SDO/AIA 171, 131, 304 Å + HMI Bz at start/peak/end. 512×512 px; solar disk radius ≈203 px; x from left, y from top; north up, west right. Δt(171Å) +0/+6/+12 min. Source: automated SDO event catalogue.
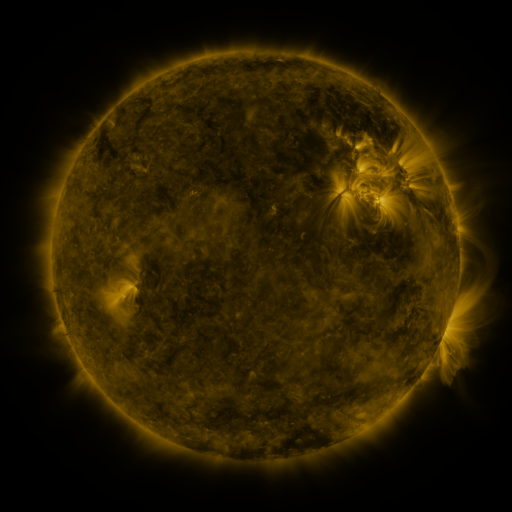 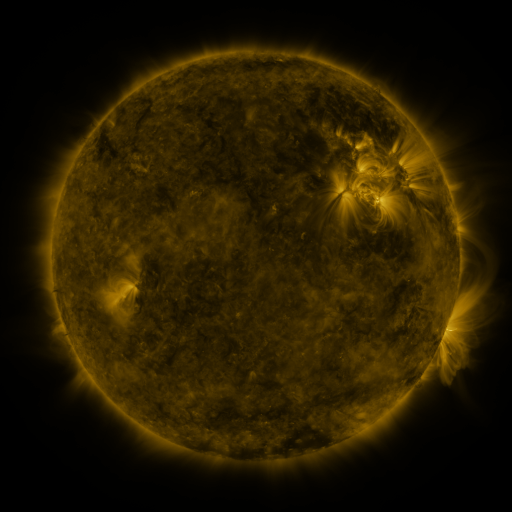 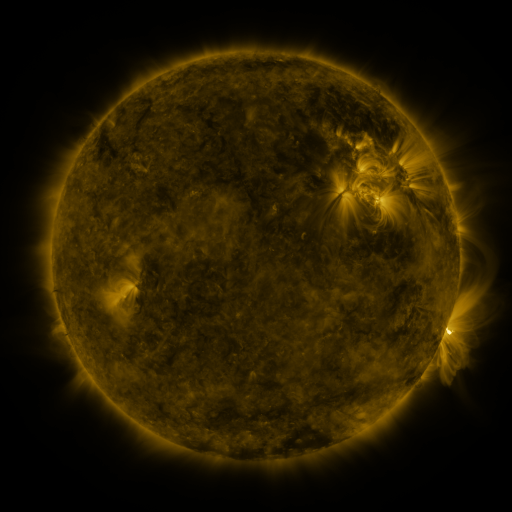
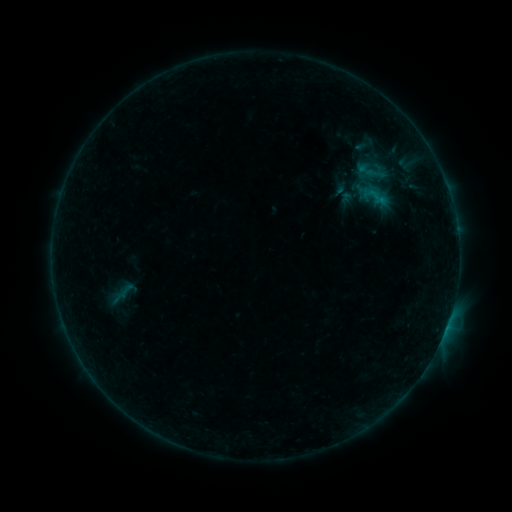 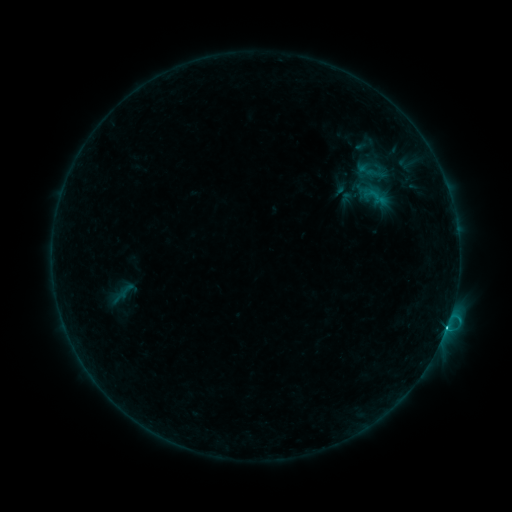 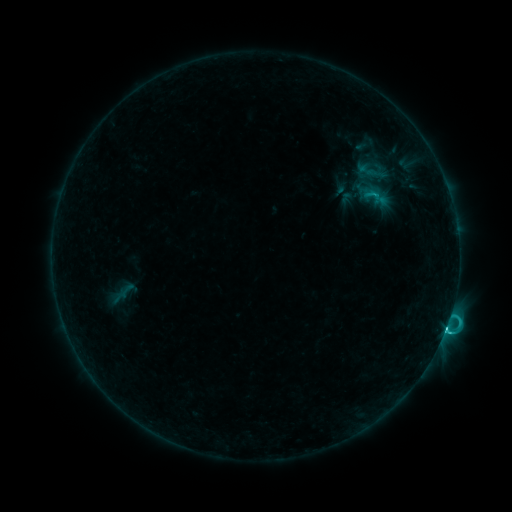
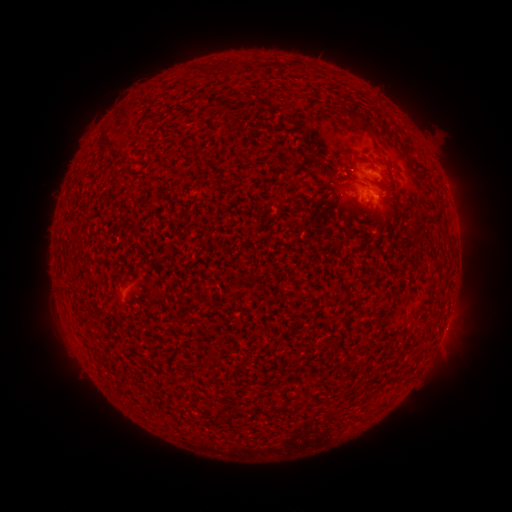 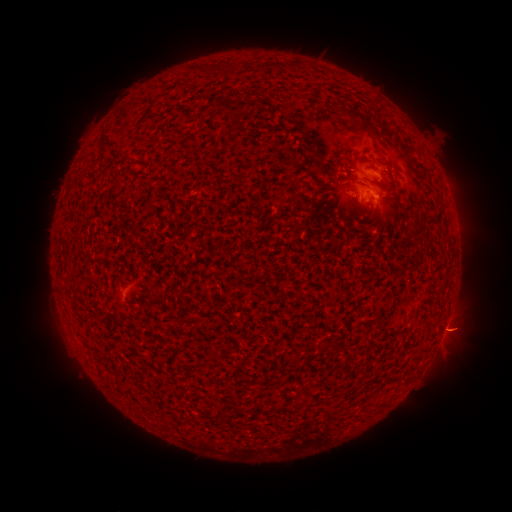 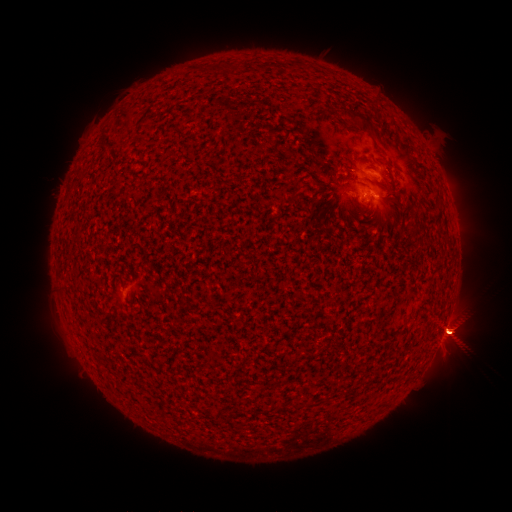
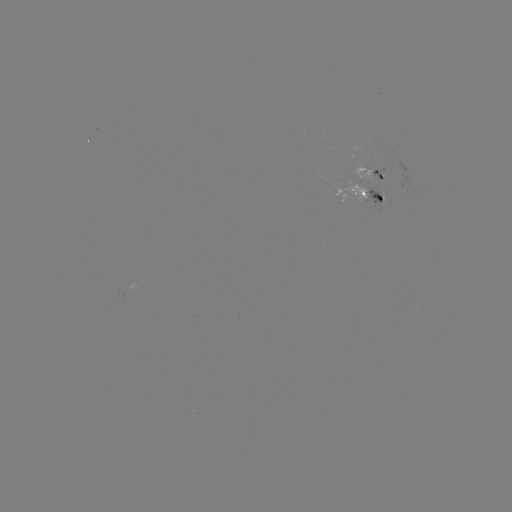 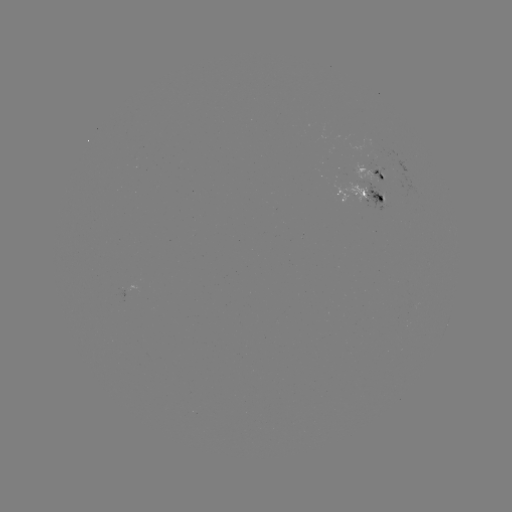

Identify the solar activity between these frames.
C1.8 flare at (445, 327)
